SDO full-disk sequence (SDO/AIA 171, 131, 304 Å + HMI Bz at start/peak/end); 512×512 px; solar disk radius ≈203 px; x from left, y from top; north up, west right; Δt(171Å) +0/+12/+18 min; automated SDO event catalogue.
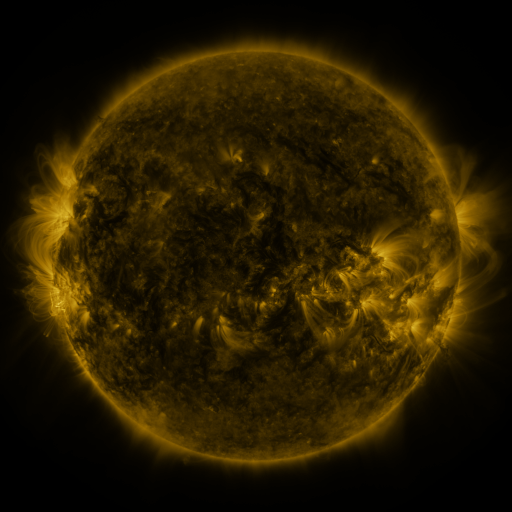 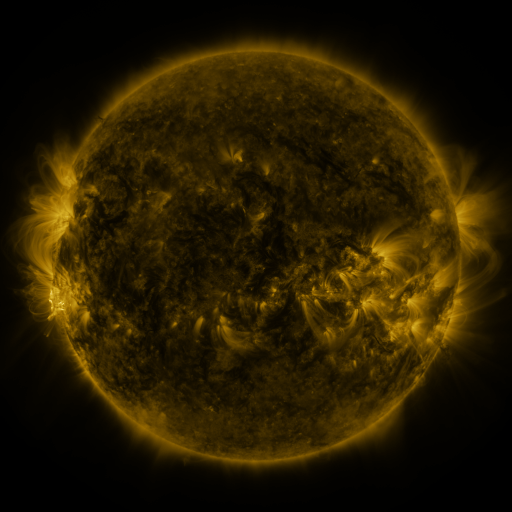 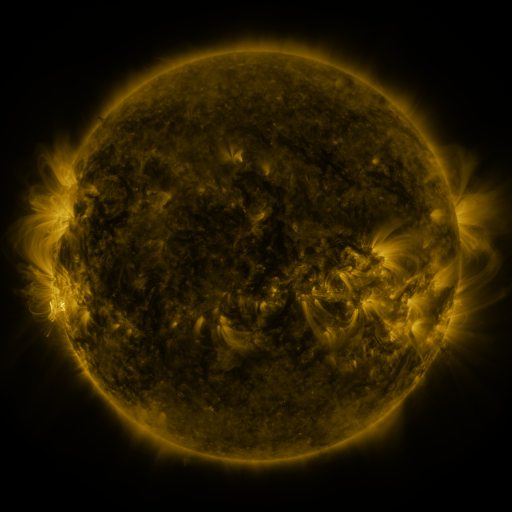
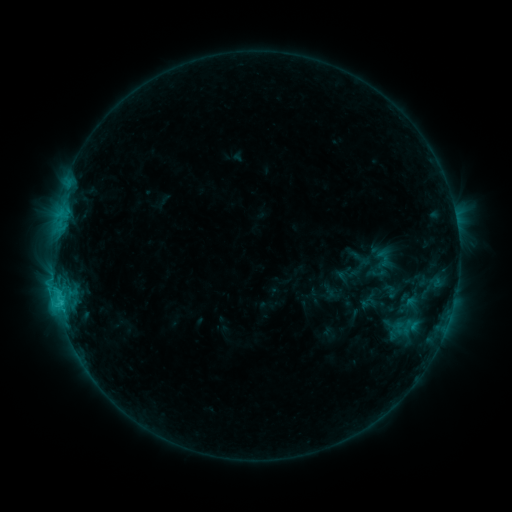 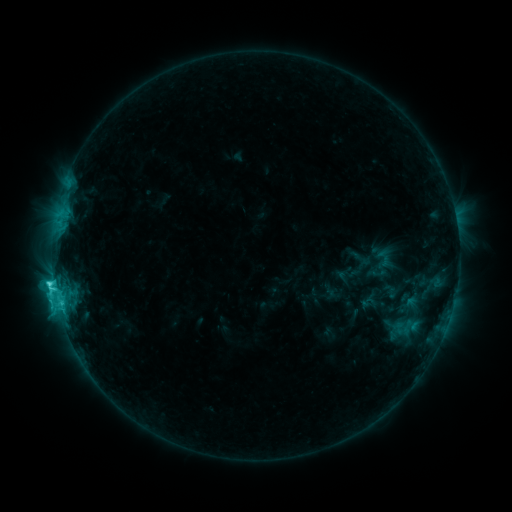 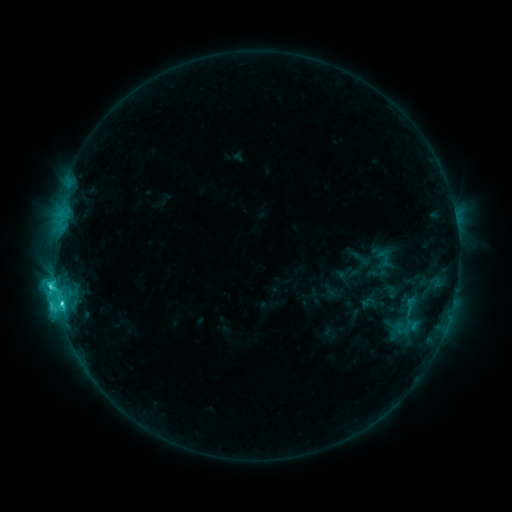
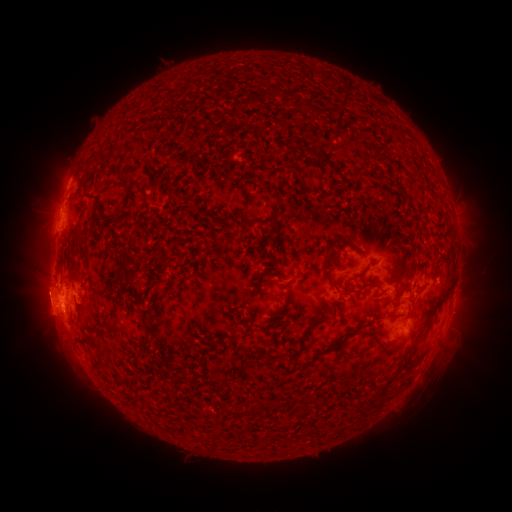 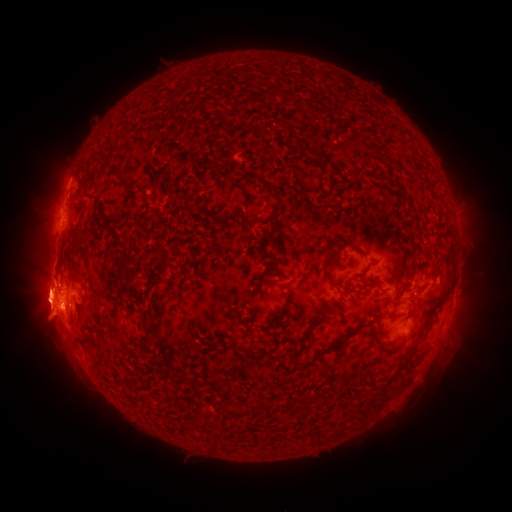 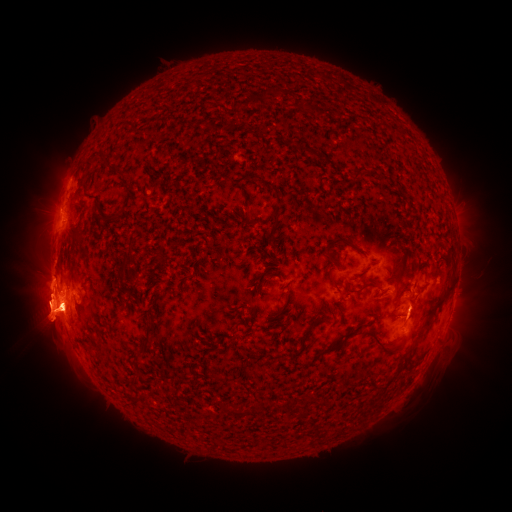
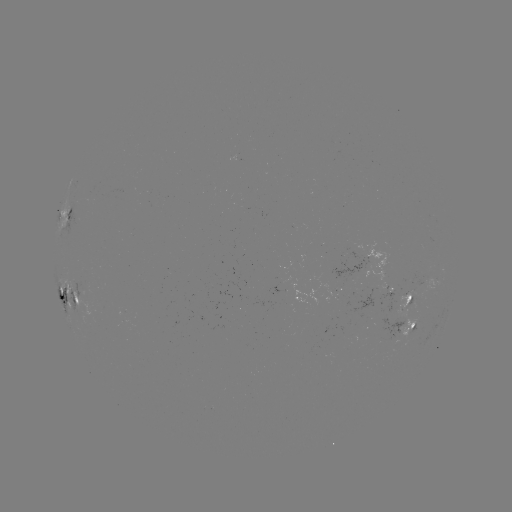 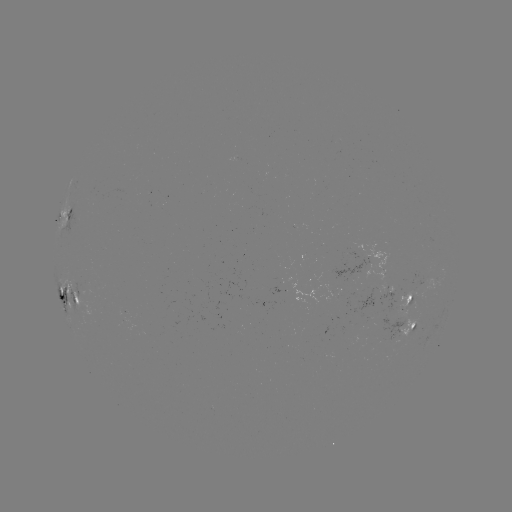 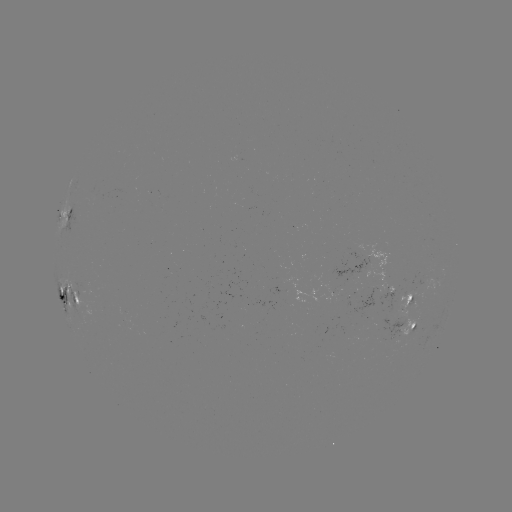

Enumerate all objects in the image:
eruption: (467, 300)
